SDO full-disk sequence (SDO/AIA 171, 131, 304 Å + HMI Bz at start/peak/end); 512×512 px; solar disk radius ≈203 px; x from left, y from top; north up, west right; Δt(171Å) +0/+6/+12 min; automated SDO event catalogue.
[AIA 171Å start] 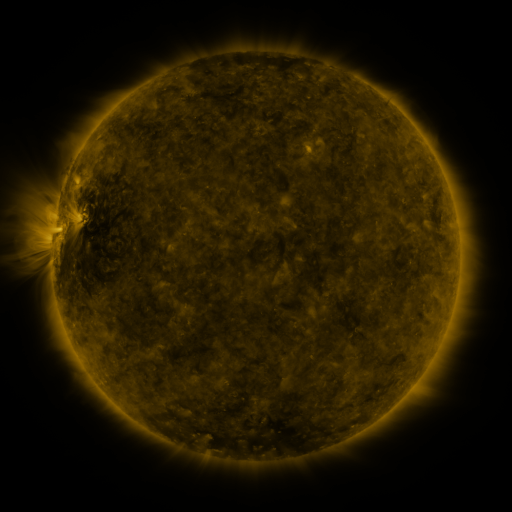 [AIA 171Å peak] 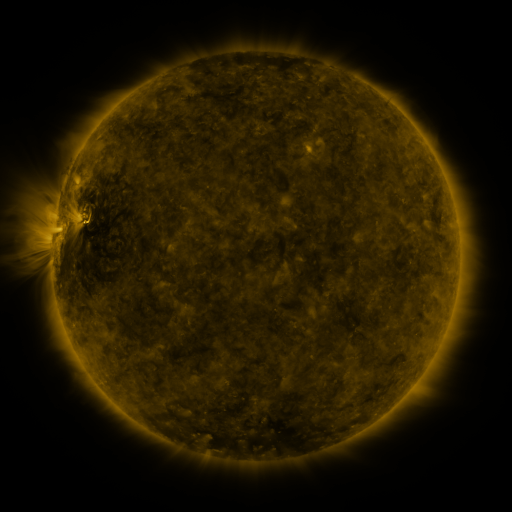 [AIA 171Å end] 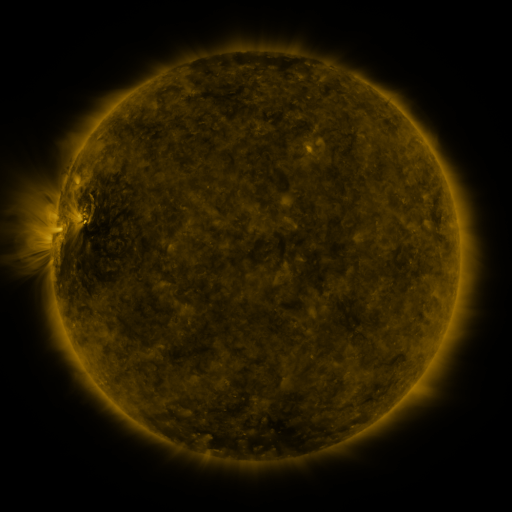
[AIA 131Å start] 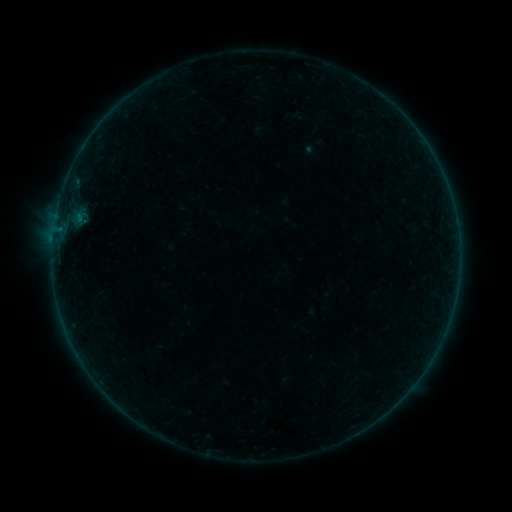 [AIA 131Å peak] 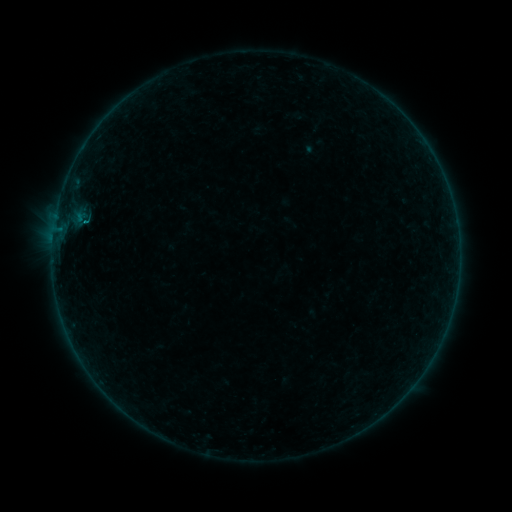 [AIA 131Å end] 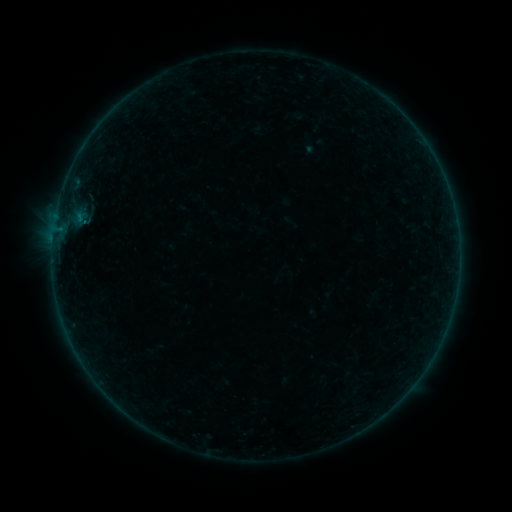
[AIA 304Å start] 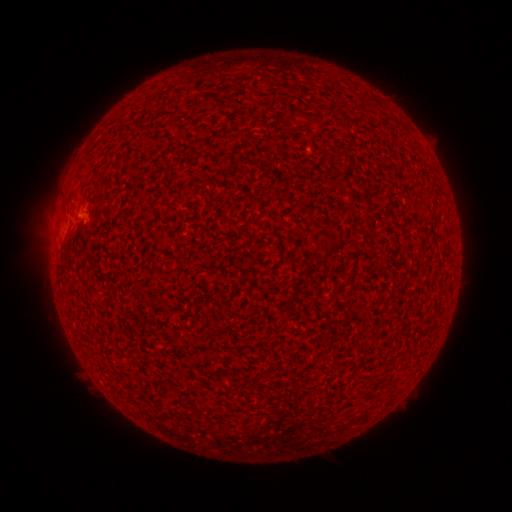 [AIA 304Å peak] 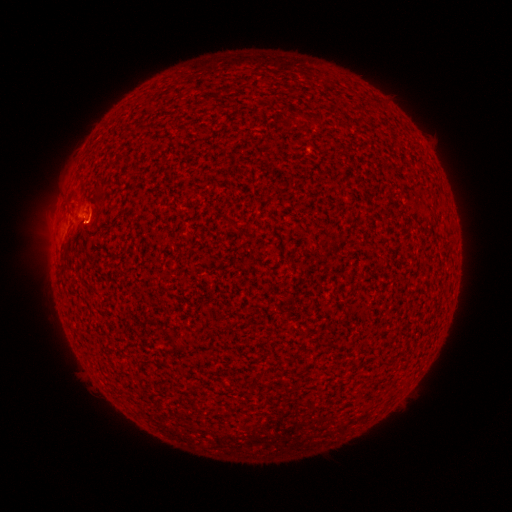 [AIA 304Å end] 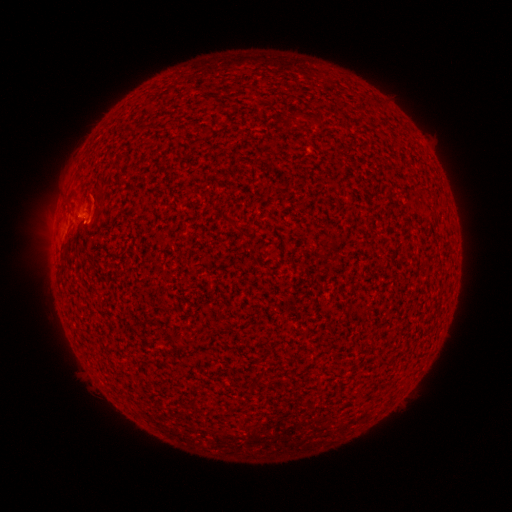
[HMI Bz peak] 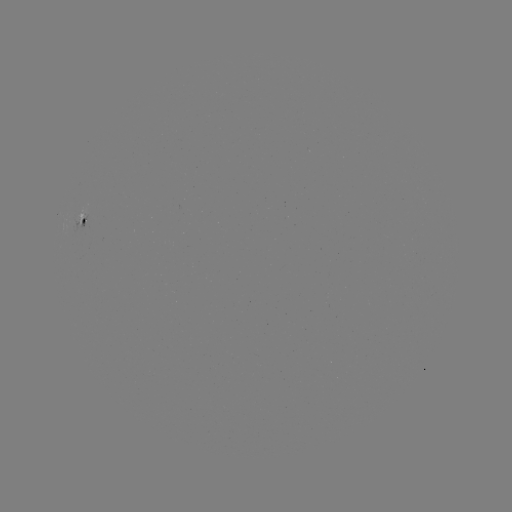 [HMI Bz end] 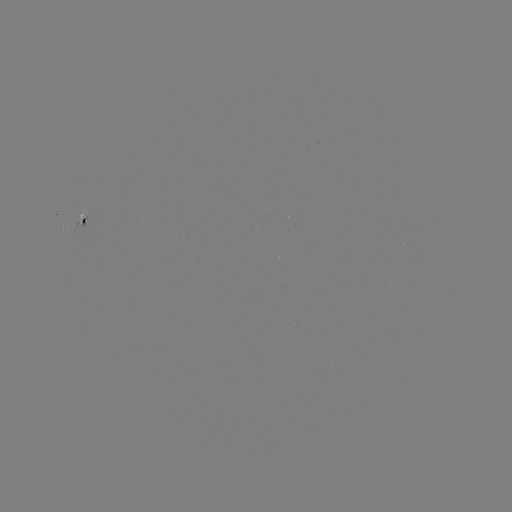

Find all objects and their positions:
B1.7 flare: (86, 224)
